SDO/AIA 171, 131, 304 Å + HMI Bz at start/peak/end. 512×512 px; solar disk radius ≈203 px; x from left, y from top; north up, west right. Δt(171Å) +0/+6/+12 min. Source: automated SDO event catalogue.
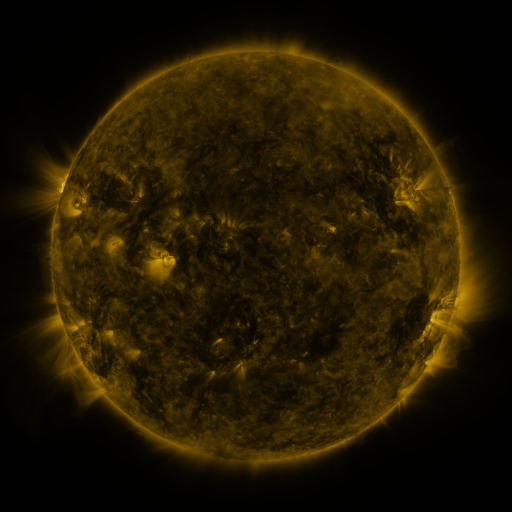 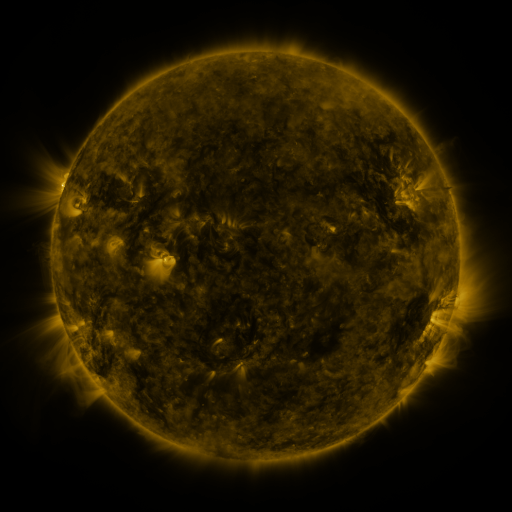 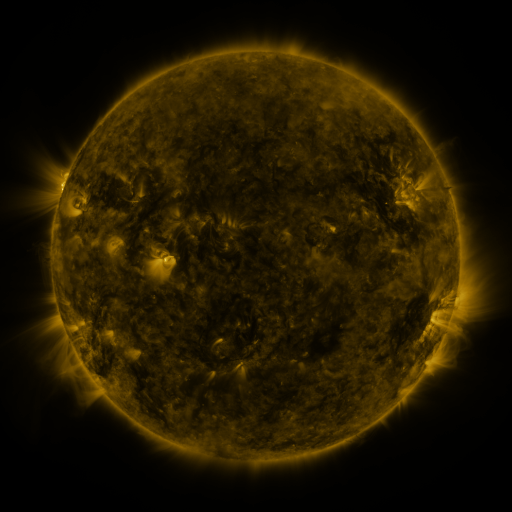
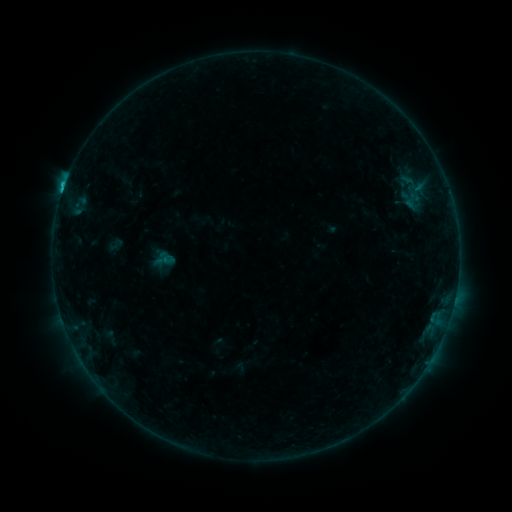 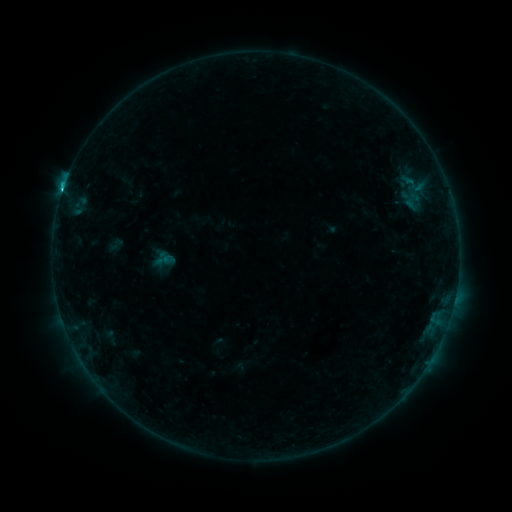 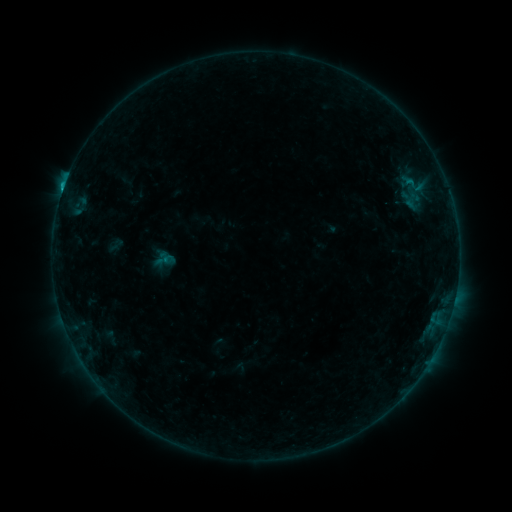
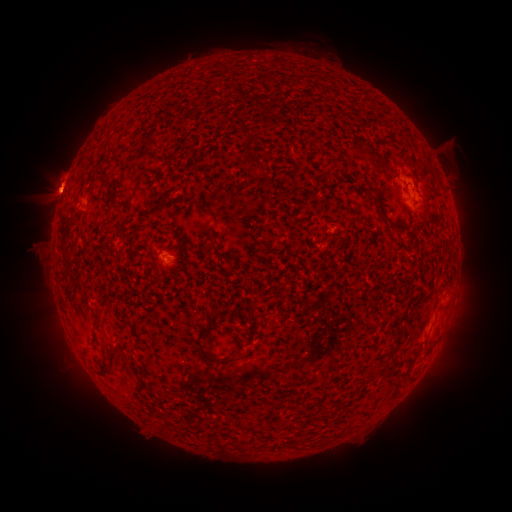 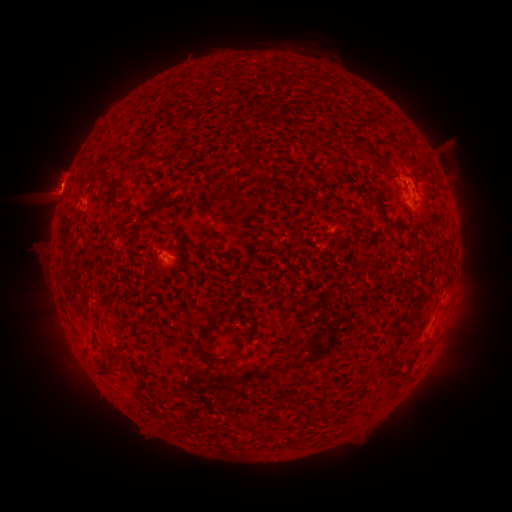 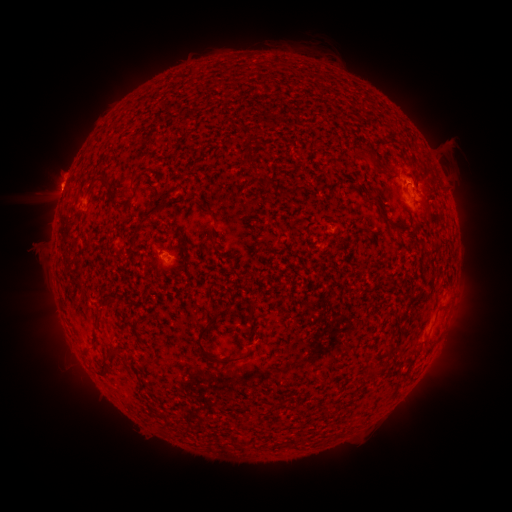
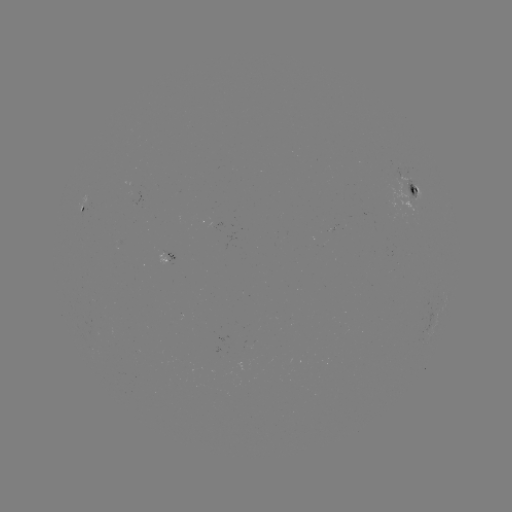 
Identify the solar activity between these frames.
C1.3 flare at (62, 194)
